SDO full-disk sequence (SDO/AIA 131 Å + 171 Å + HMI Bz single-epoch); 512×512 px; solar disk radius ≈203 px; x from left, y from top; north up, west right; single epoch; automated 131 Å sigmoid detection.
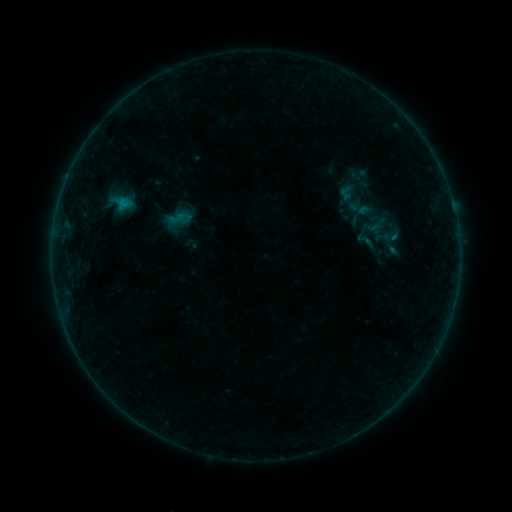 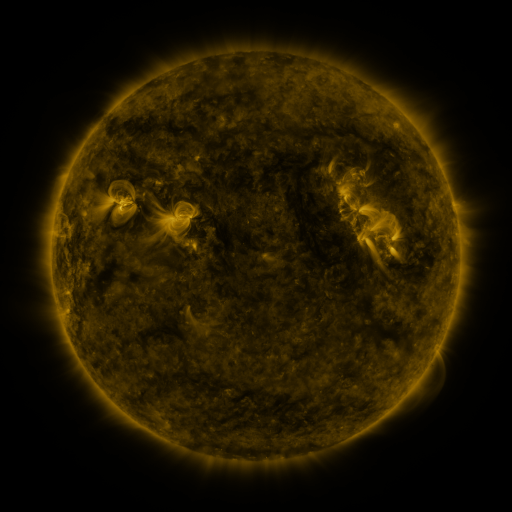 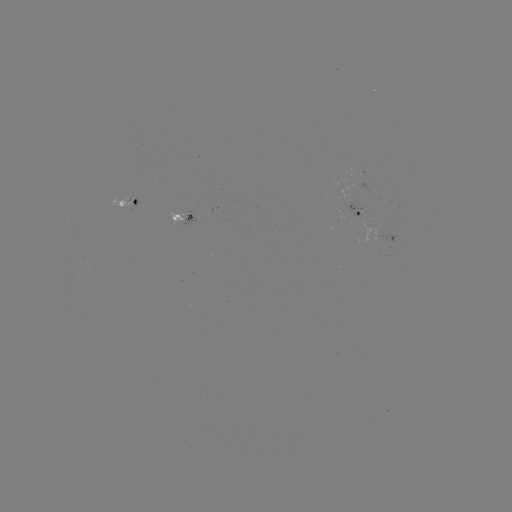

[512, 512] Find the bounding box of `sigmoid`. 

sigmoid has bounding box [354, 228, 375, 252].